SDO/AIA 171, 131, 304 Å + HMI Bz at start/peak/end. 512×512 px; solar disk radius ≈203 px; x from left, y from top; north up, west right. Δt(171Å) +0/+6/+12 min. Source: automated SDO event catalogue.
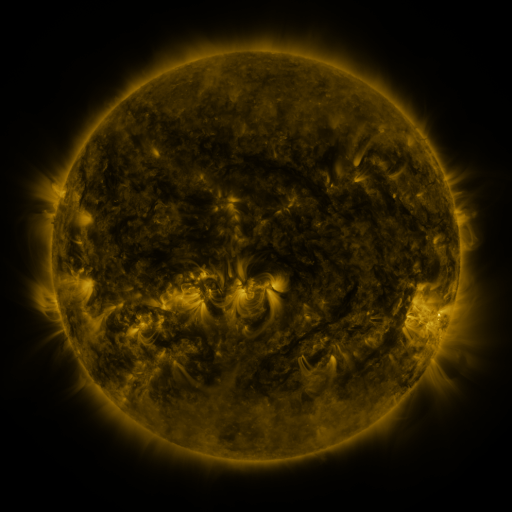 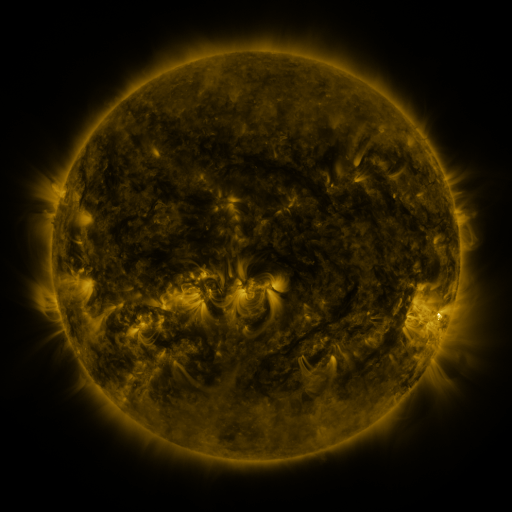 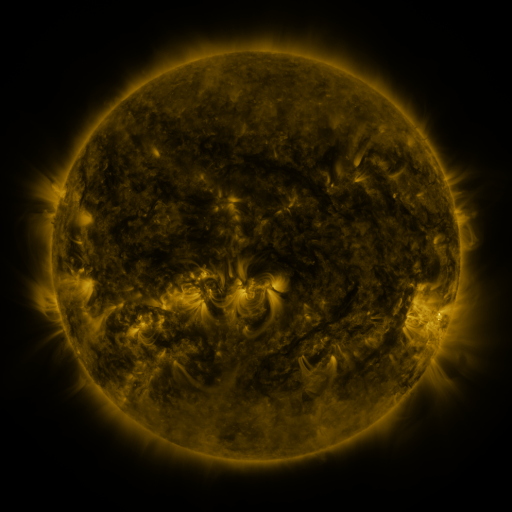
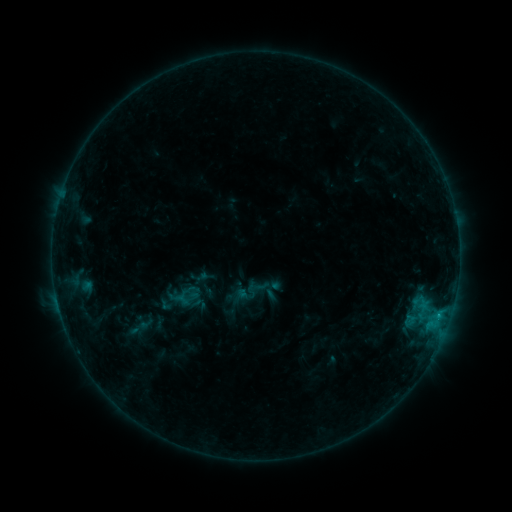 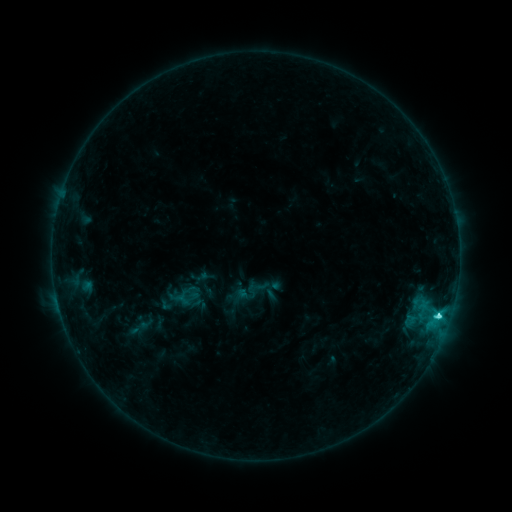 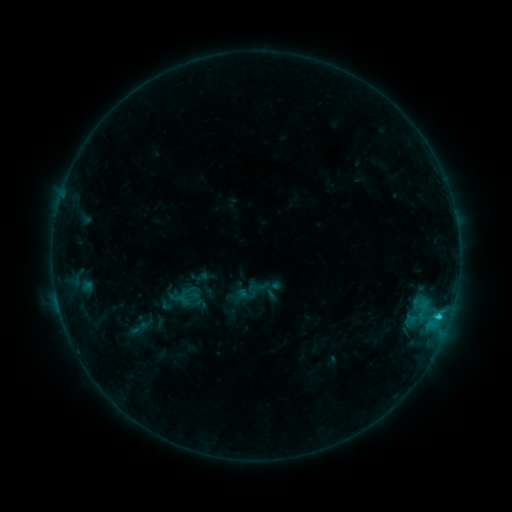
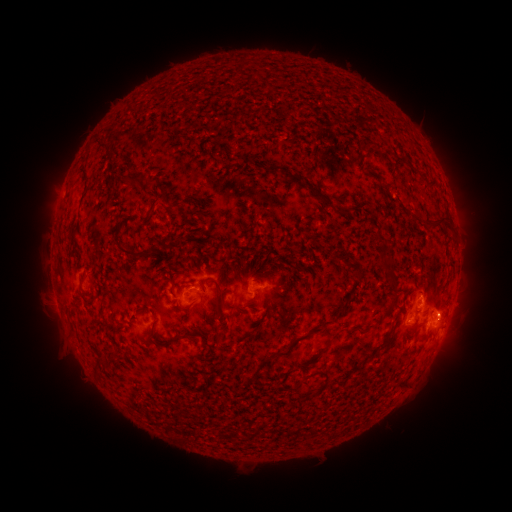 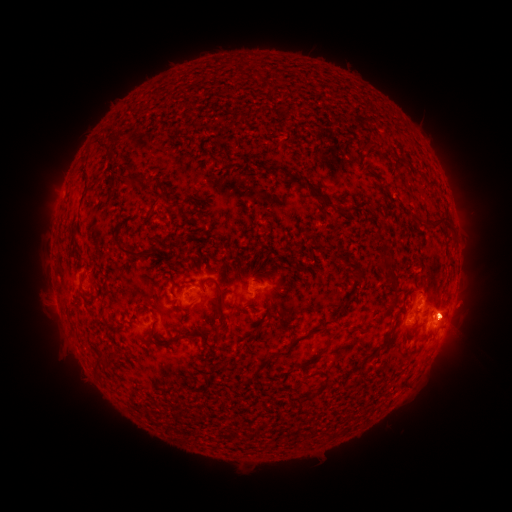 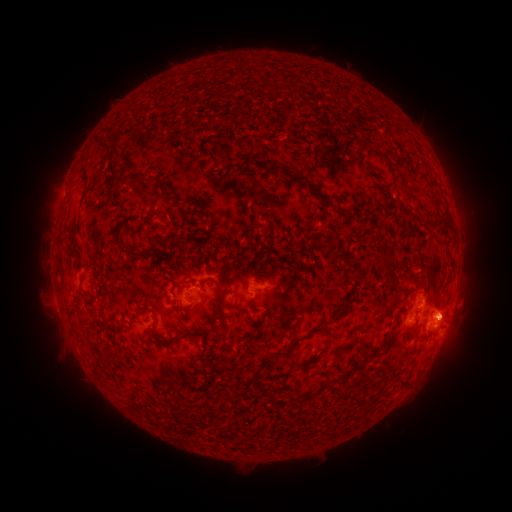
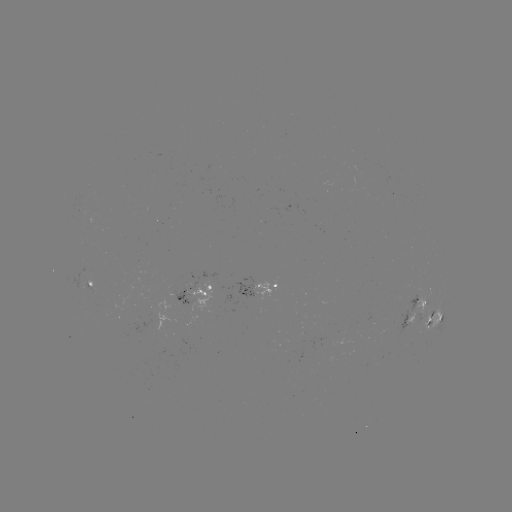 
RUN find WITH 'C2.5 flare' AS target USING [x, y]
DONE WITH [439, 313] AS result